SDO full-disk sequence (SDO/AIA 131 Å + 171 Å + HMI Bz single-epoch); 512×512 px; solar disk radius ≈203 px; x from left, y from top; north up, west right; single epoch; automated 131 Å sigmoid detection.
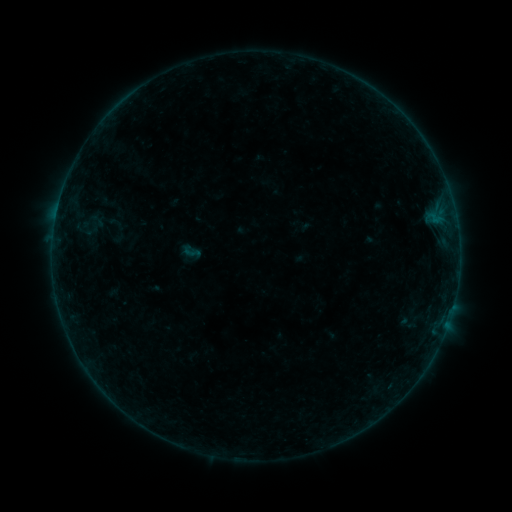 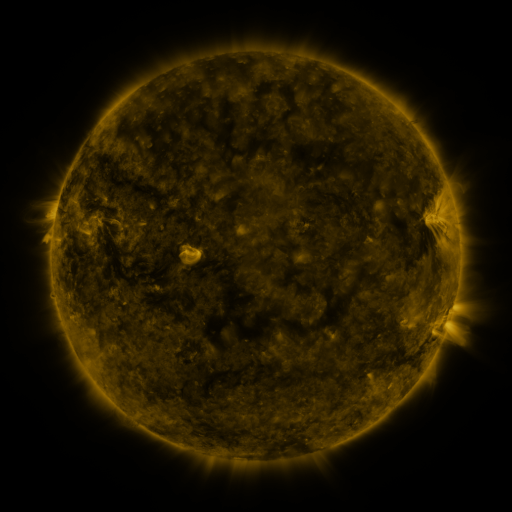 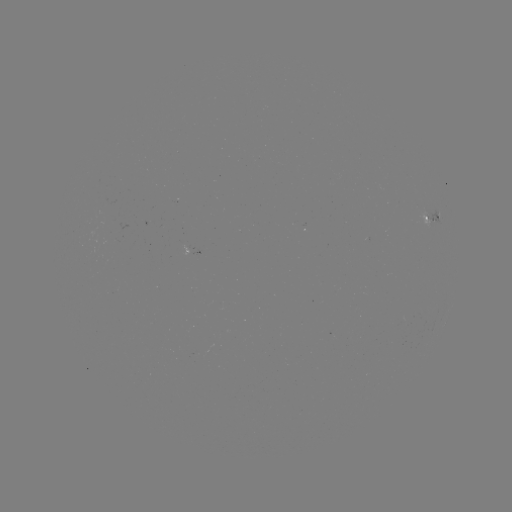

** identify sigmoid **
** (192, 252) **